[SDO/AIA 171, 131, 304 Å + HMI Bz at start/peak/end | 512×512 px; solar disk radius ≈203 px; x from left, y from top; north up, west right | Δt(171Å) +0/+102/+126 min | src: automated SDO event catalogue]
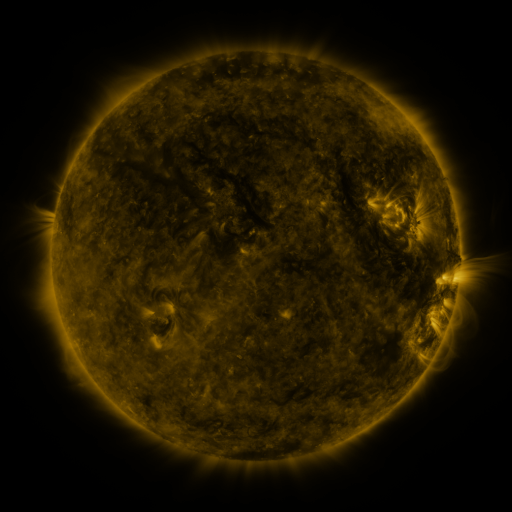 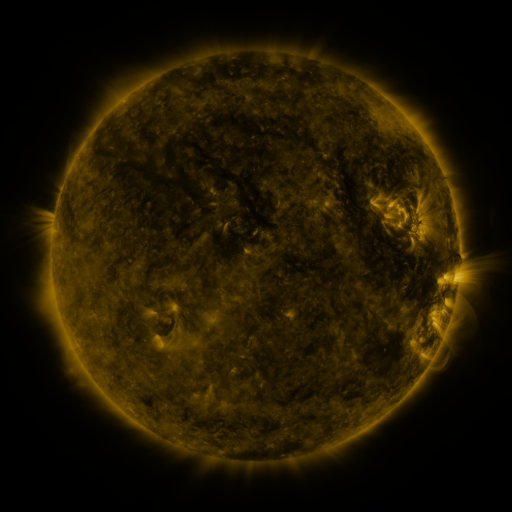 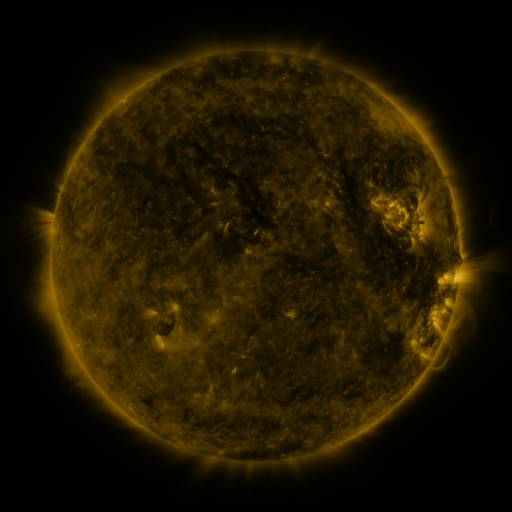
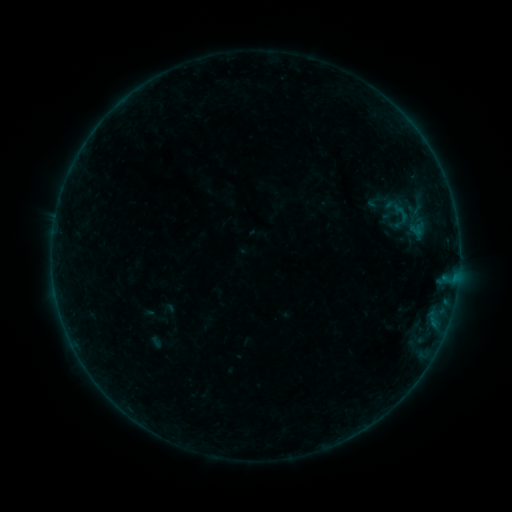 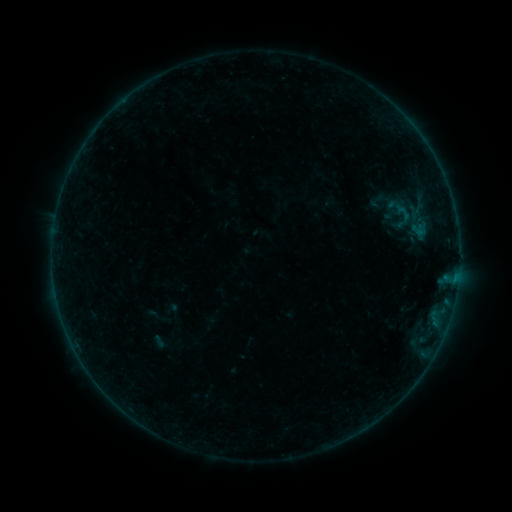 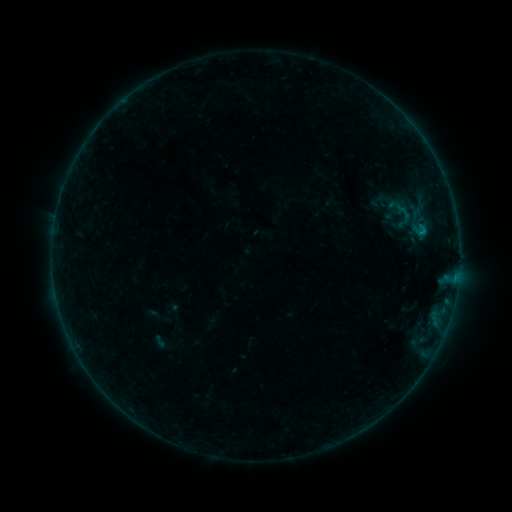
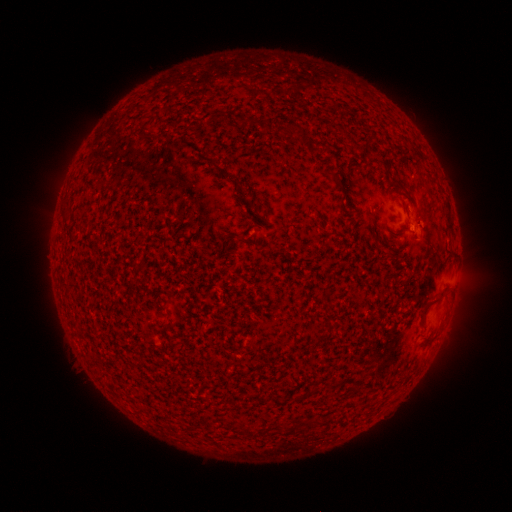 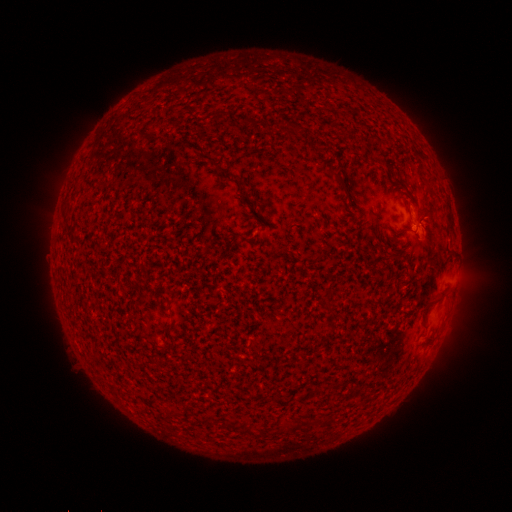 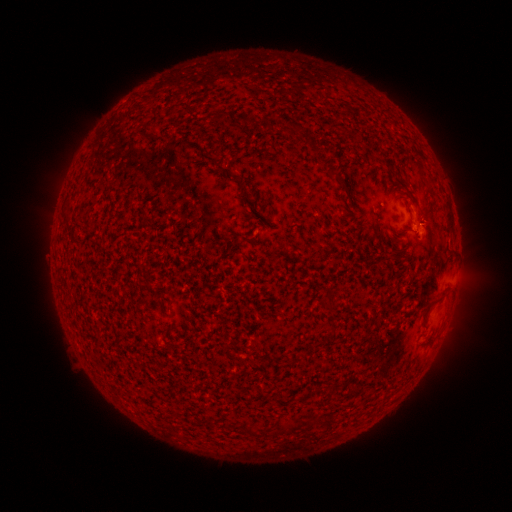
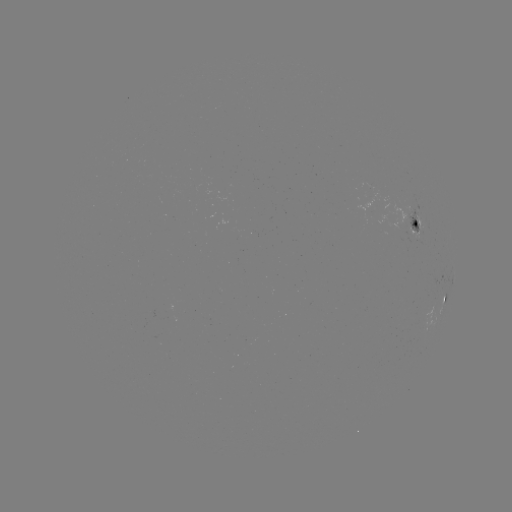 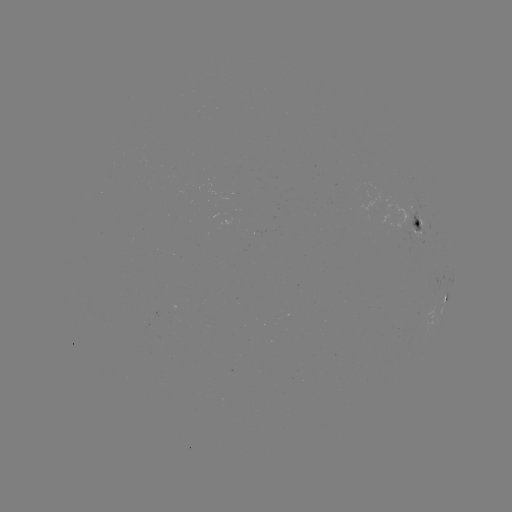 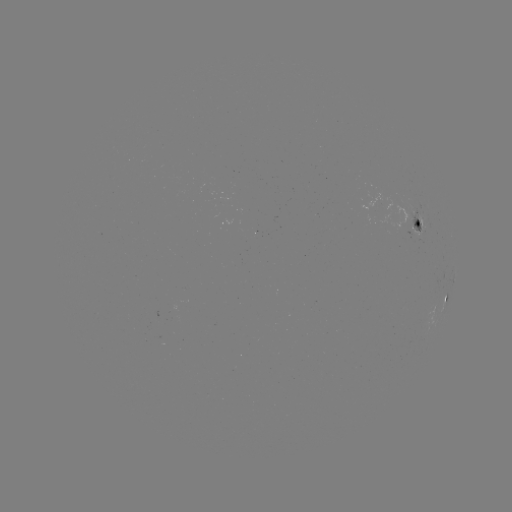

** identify emerging-flux region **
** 417,228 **